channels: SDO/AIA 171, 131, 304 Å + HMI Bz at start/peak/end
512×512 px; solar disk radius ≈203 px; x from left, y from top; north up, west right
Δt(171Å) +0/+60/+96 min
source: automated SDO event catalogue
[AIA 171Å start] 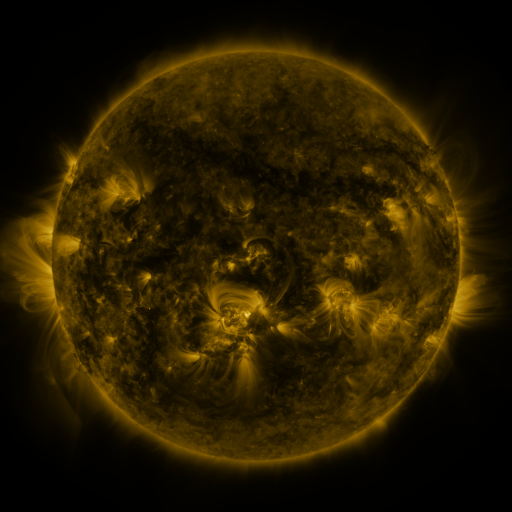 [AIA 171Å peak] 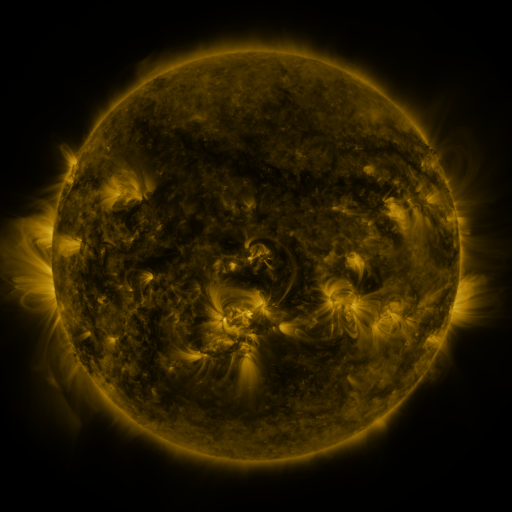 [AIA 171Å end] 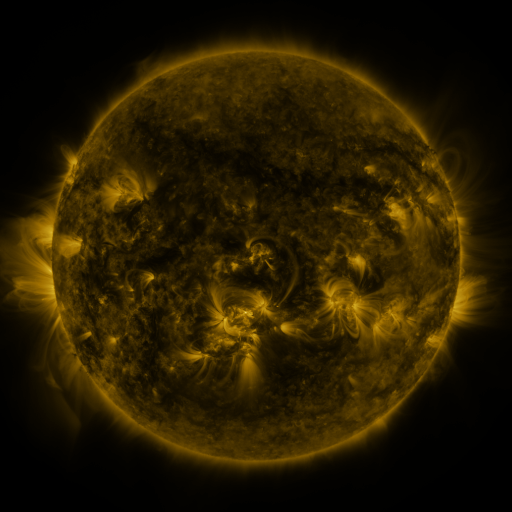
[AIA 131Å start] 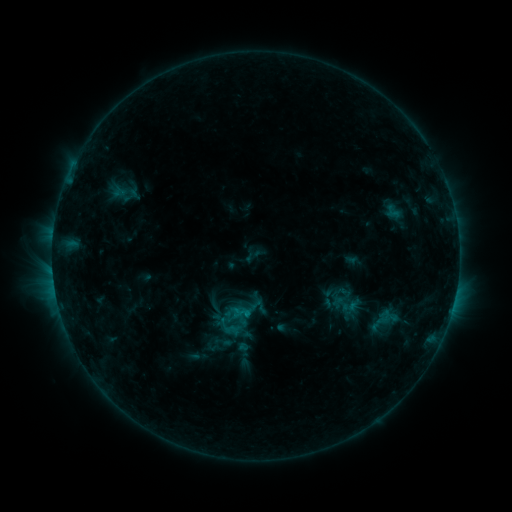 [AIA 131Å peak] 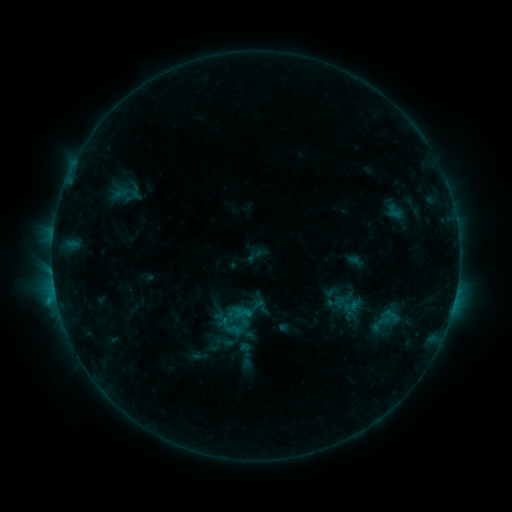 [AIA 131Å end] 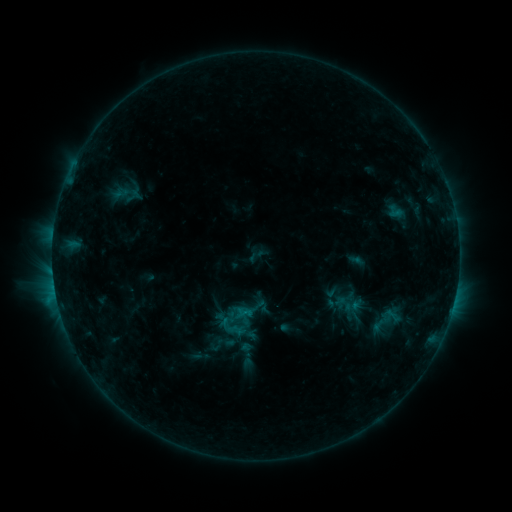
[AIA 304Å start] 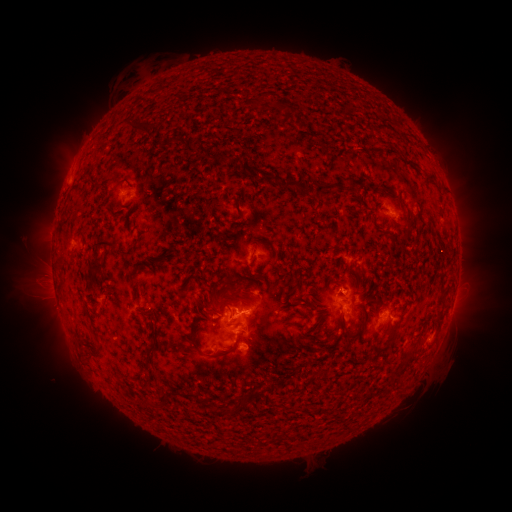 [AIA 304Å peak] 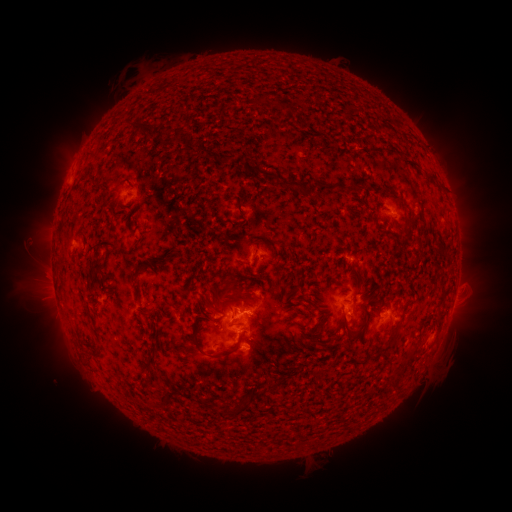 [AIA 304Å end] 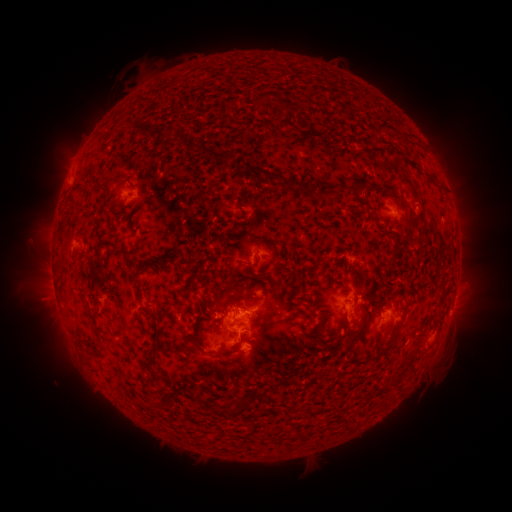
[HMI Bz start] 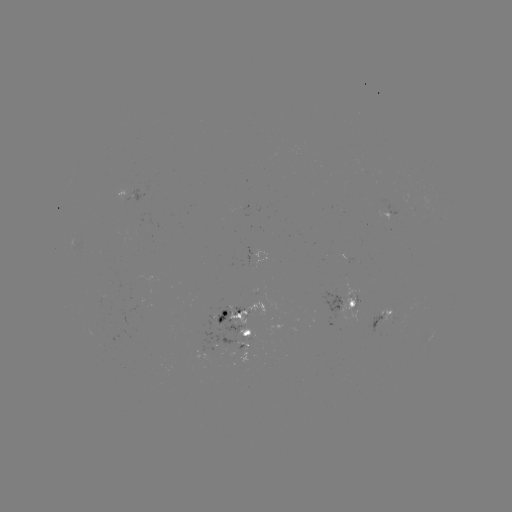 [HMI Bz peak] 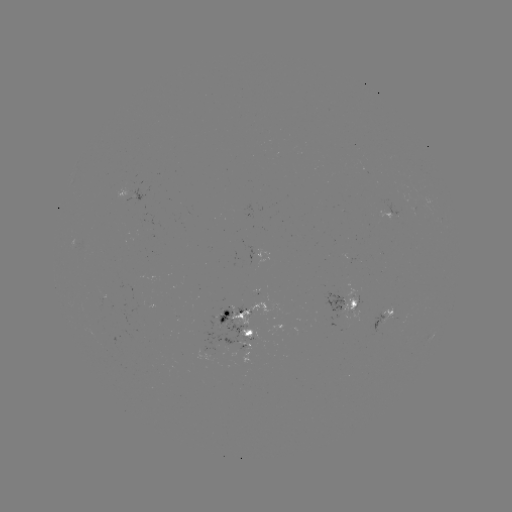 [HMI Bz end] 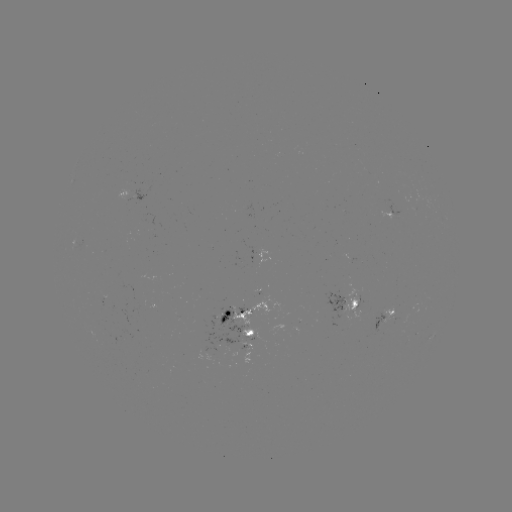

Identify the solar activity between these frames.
emerging-flux region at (390, 318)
